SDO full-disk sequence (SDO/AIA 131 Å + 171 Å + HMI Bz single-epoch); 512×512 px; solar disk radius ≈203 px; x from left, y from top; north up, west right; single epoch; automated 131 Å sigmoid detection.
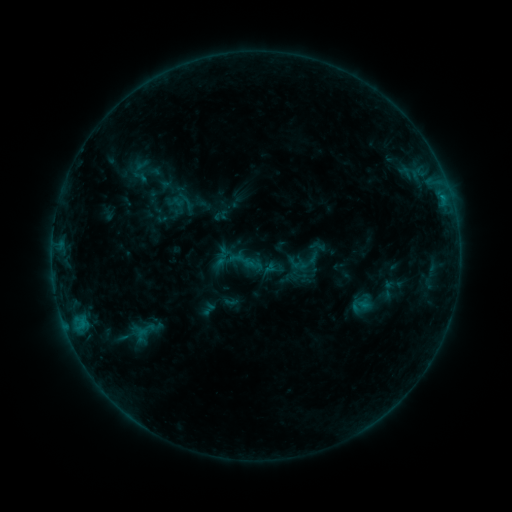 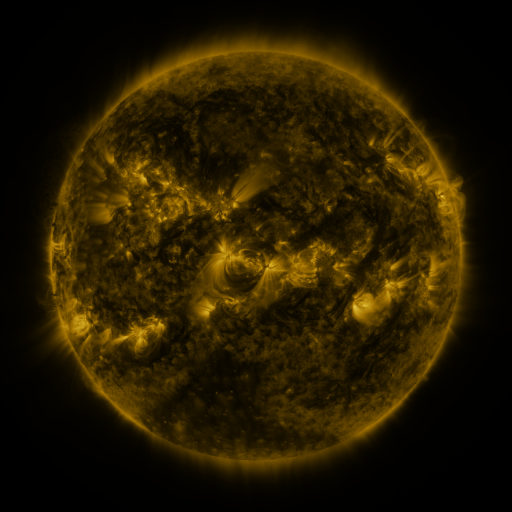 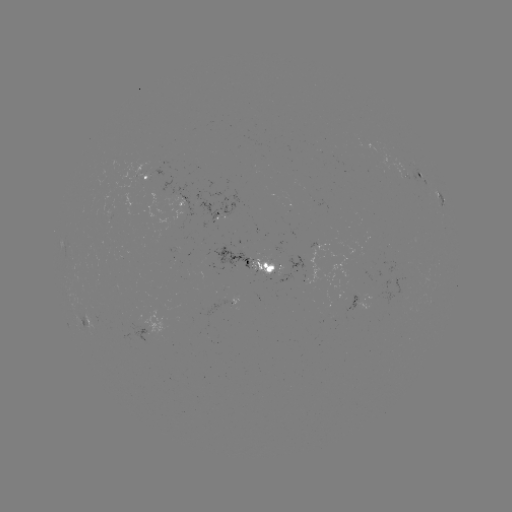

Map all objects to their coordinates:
sigmoid: (297, 251, 319, 274)
sigmoid: (129, 327, 154, 343)
